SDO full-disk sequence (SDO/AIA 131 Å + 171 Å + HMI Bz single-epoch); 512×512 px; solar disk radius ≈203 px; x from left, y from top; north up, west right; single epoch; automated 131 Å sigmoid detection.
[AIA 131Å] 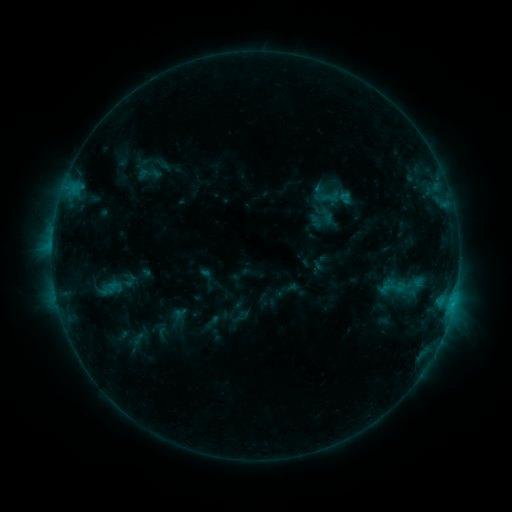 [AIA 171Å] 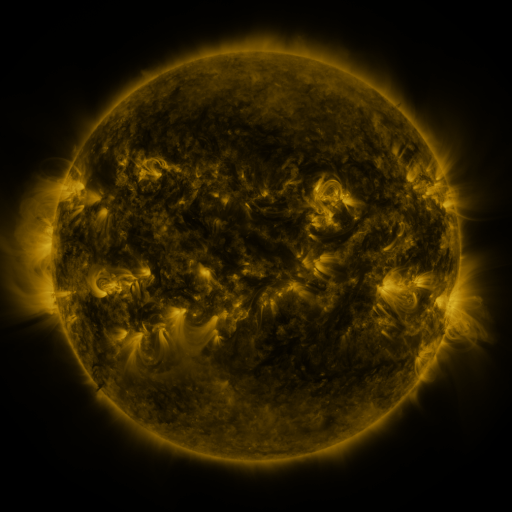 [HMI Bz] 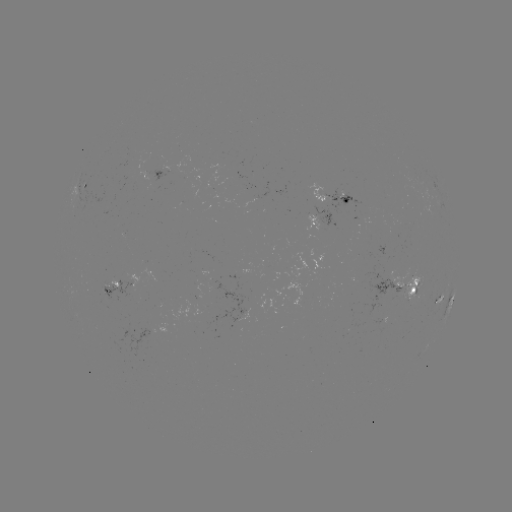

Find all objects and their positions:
sigmoid: (113, 288)
